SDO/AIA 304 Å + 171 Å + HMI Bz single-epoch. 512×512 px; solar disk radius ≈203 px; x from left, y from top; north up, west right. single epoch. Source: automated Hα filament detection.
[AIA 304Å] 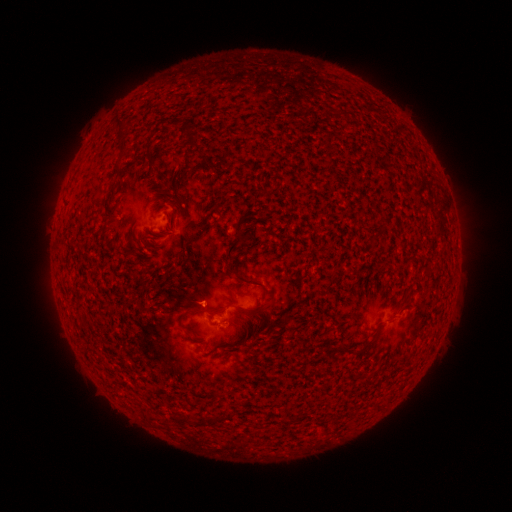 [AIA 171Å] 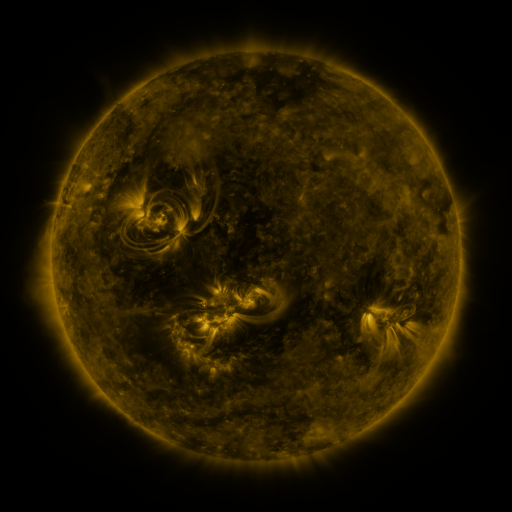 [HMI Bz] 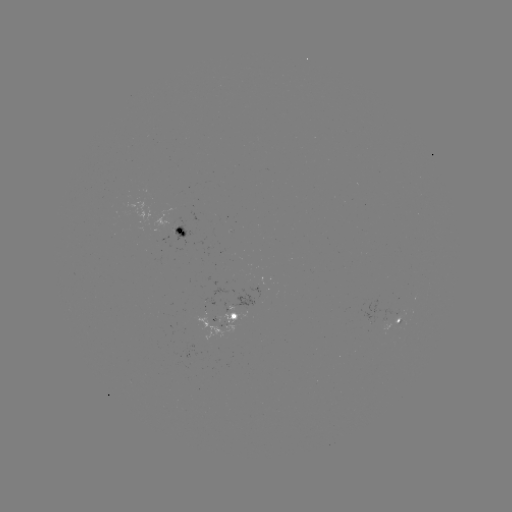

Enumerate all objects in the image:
filament: (119, 124)
filament: (121, 148)
filament: (116, 171)
filament: (171, 189)
filament: (239, 235)
filament: (255, 282)
filament: (412, 292)
filament: (182, 321)
filament: (366, 345)
filament: (213, 420)
